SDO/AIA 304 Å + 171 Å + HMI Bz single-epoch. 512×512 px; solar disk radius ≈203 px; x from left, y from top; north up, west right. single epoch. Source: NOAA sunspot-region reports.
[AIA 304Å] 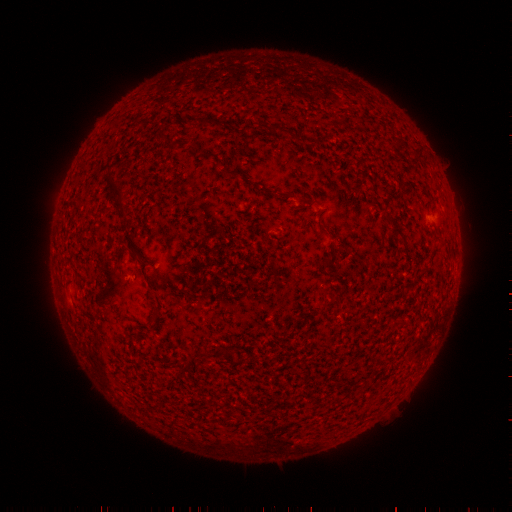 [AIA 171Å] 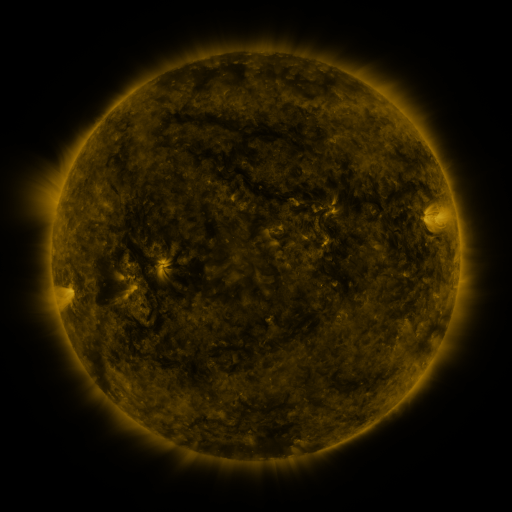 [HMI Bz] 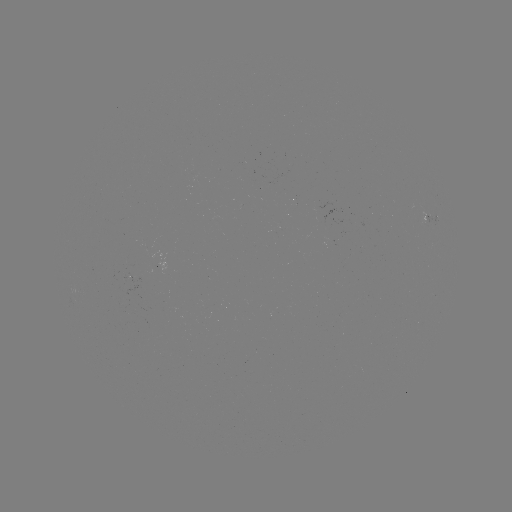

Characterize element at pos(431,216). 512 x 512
spotted active region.